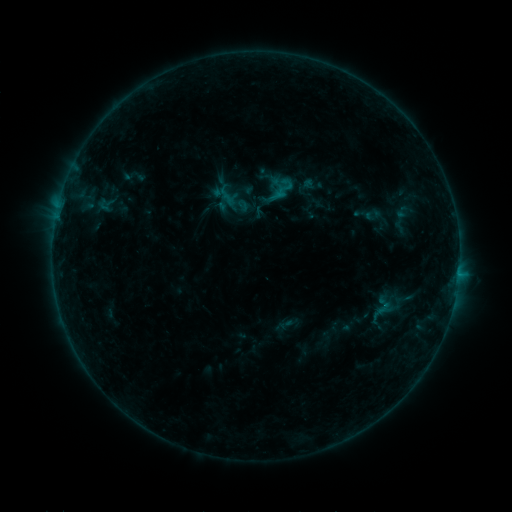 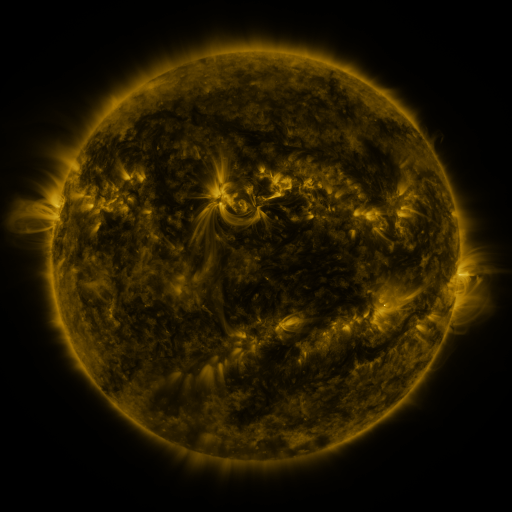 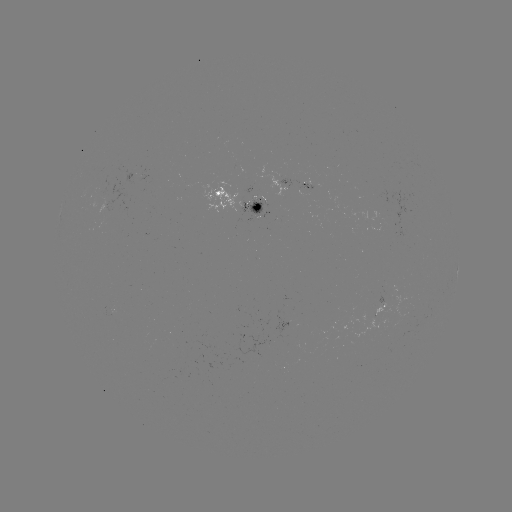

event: sigmoid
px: (285, 188)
